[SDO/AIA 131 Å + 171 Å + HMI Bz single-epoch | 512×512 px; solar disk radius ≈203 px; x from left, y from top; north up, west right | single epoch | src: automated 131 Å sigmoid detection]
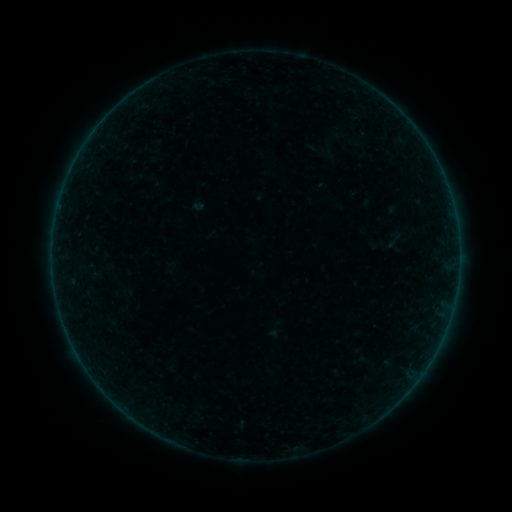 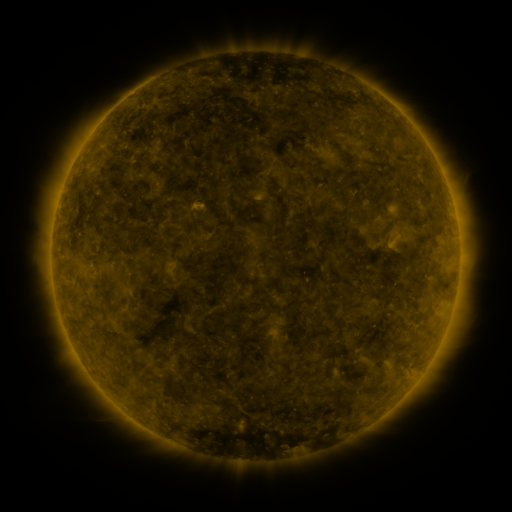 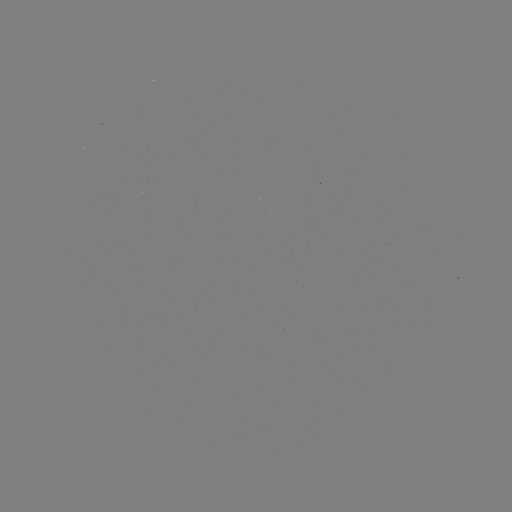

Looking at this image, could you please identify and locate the sigmoid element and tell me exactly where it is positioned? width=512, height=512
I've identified sigmoid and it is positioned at [395, 238].